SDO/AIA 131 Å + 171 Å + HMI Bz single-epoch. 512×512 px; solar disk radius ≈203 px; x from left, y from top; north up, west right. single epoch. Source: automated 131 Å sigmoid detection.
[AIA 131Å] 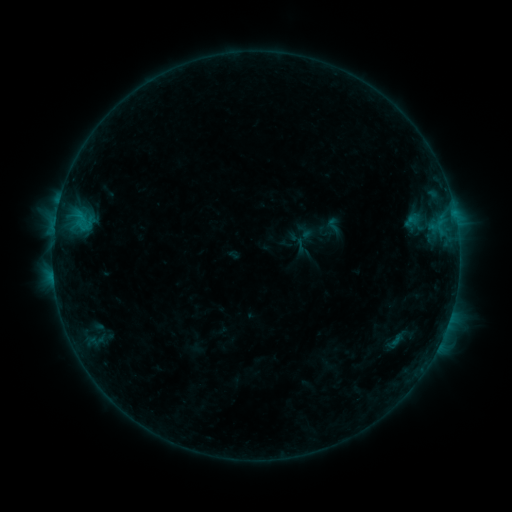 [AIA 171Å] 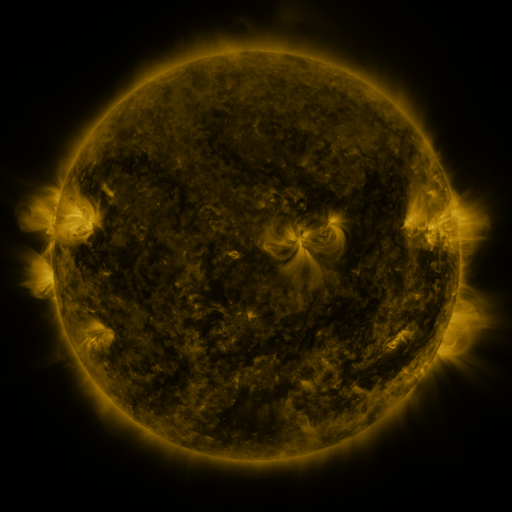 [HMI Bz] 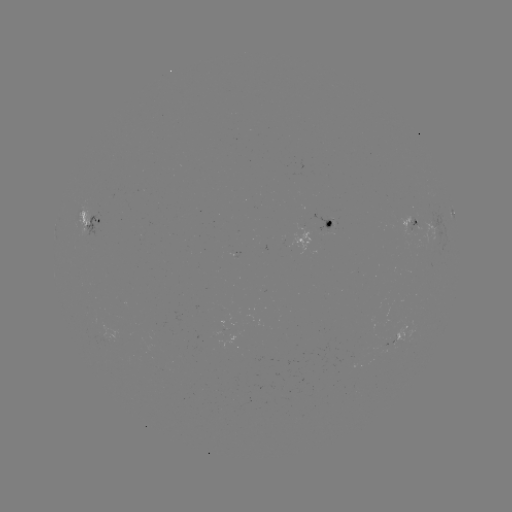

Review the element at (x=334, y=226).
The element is sigmoid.